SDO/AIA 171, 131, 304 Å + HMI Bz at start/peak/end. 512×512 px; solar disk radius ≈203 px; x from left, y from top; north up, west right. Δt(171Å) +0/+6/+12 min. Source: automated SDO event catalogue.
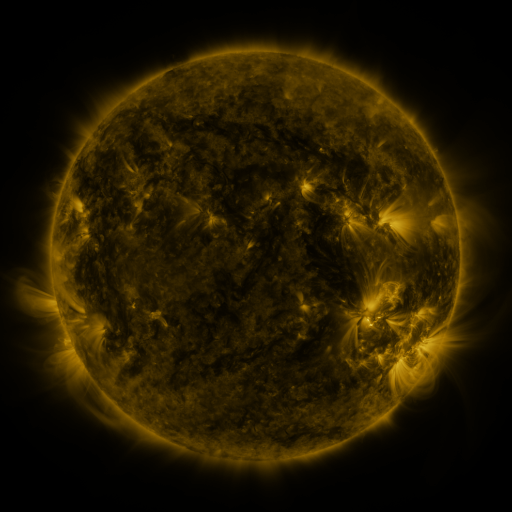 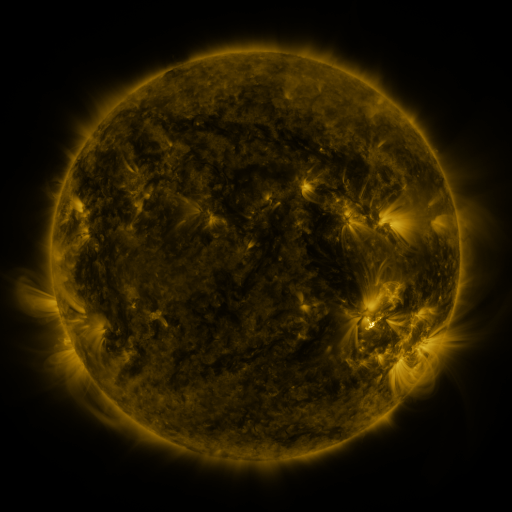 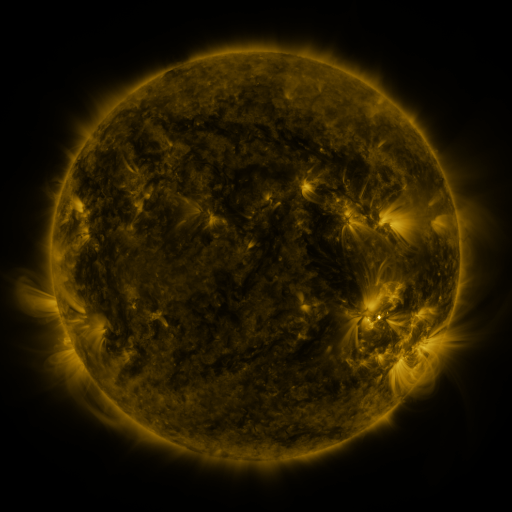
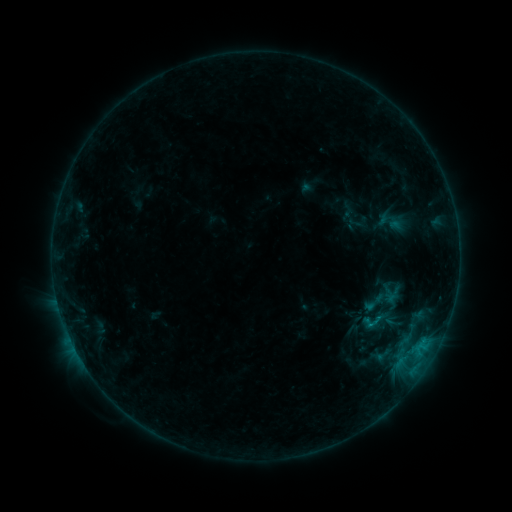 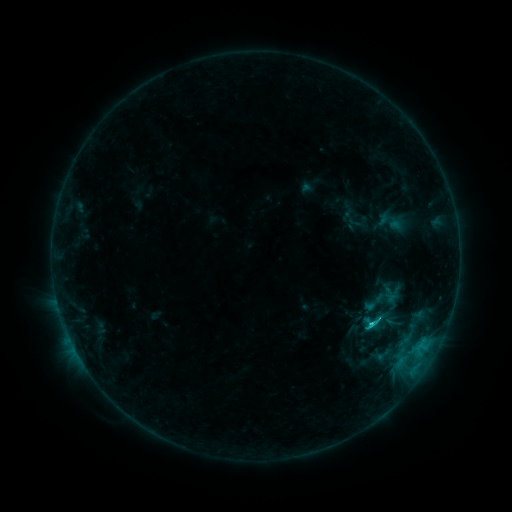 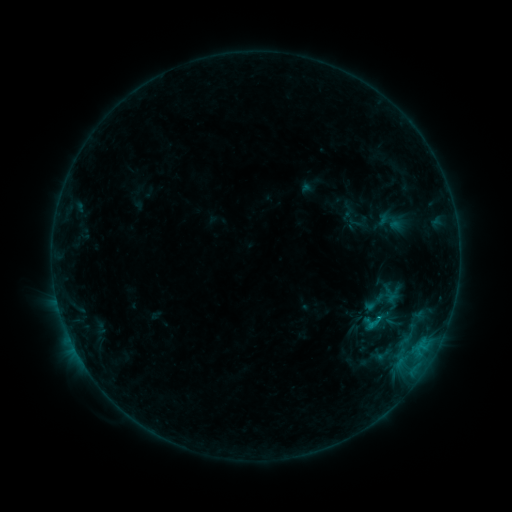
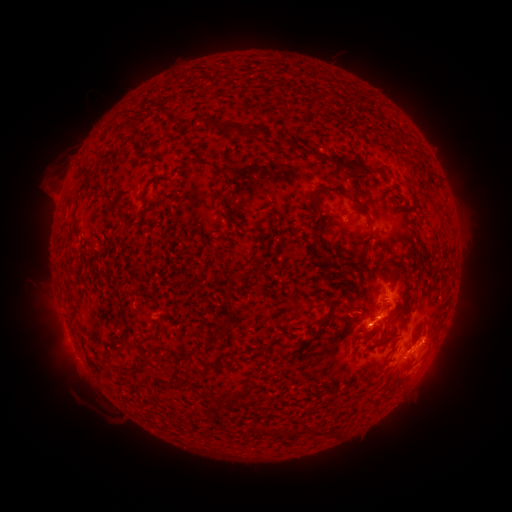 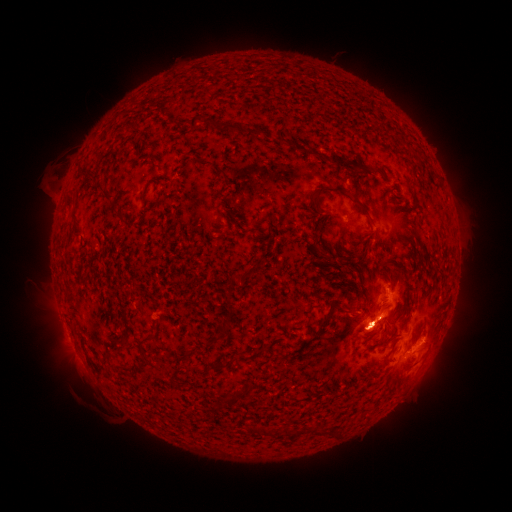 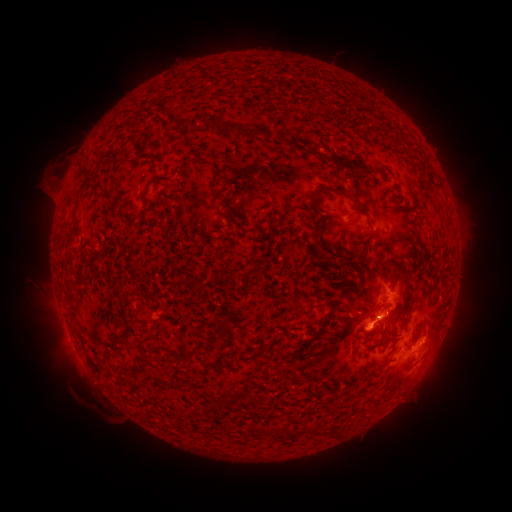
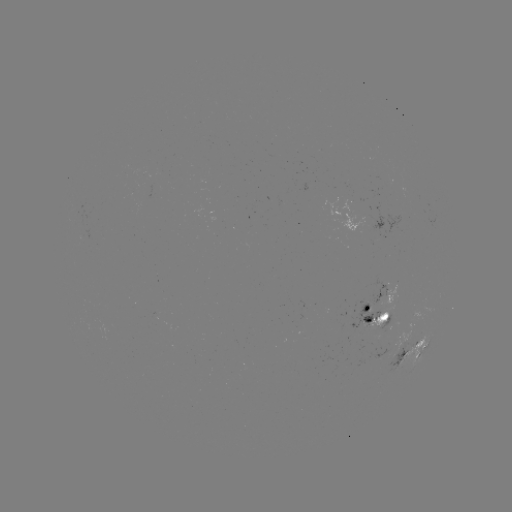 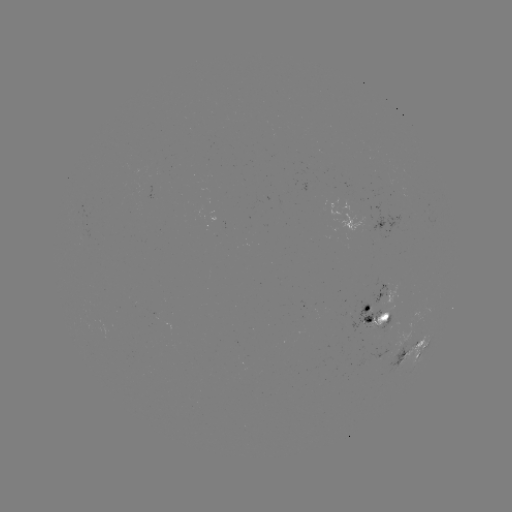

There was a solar eruption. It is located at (377, 325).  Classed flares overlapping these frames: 1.